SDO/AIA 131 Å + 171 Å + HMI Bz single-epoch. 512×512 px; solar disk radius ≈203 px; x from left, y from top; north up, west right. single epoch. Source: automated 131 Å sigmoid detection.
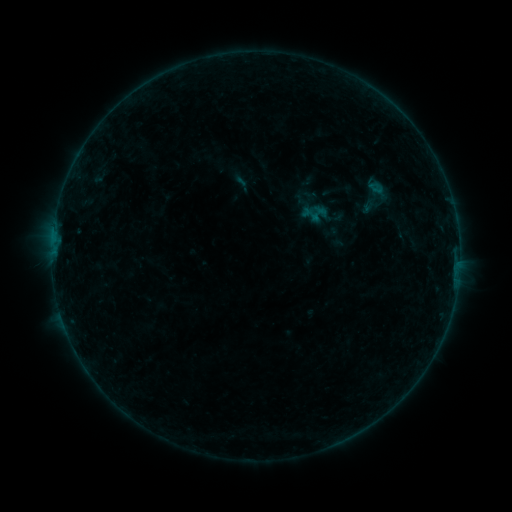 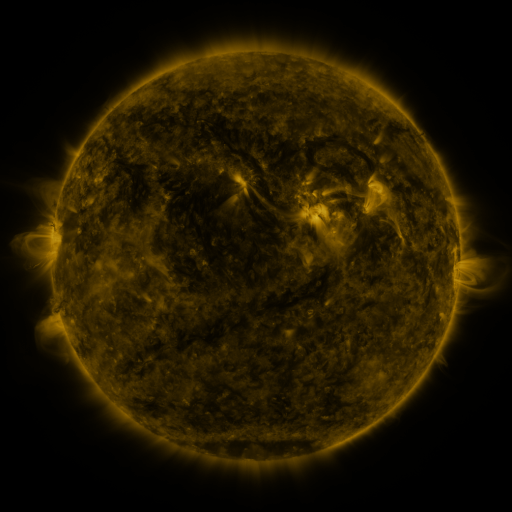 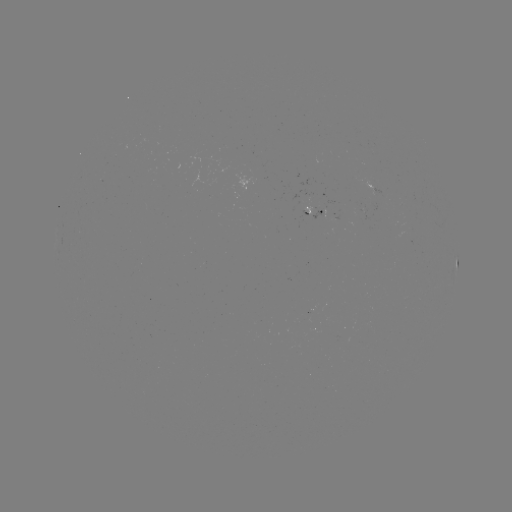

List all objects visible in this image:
sigmoid: (347, 171, 404, 223)
